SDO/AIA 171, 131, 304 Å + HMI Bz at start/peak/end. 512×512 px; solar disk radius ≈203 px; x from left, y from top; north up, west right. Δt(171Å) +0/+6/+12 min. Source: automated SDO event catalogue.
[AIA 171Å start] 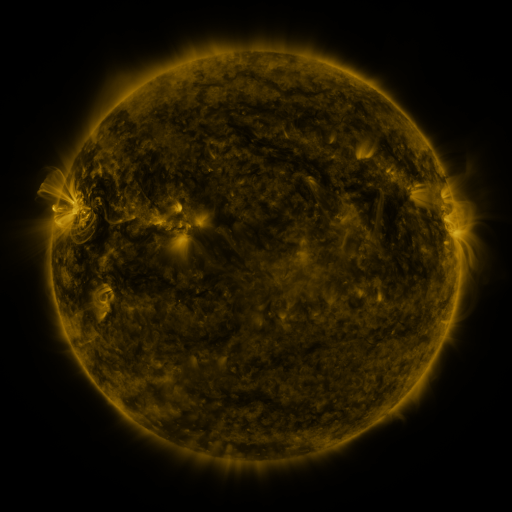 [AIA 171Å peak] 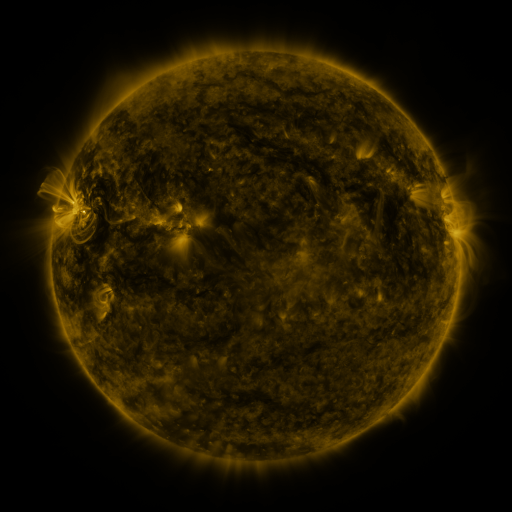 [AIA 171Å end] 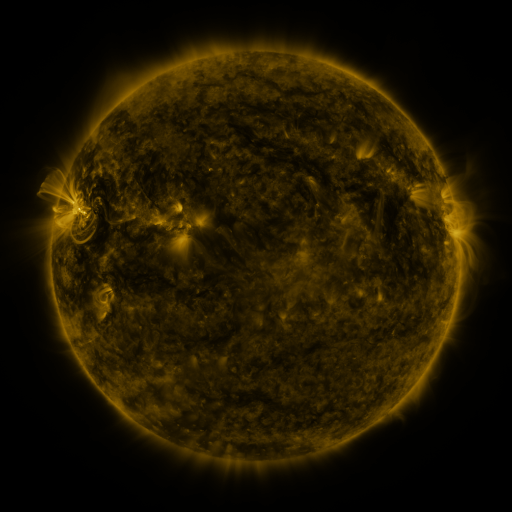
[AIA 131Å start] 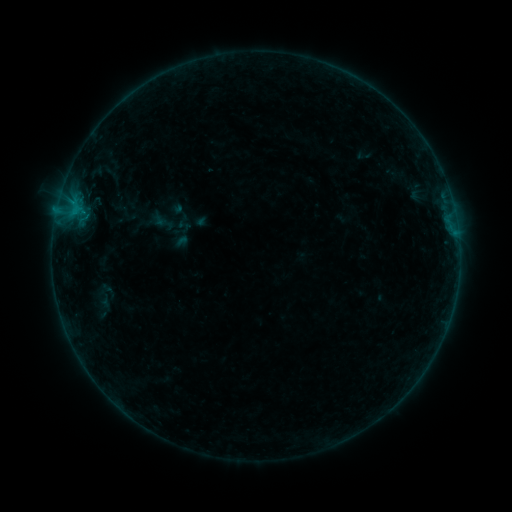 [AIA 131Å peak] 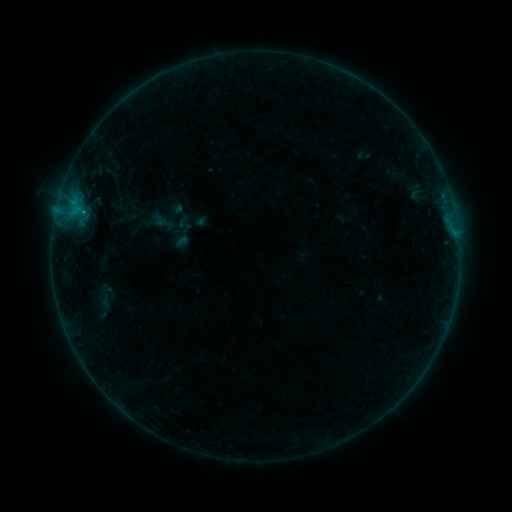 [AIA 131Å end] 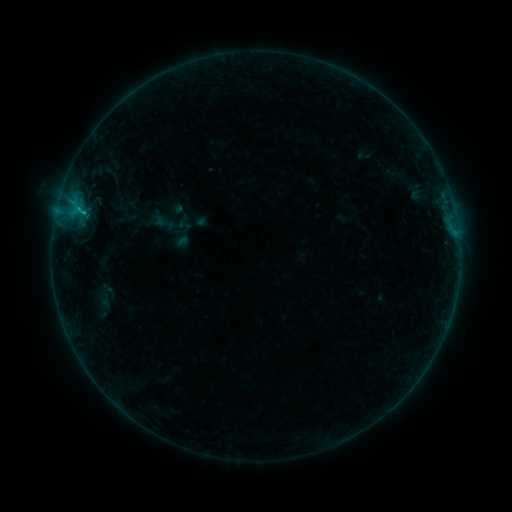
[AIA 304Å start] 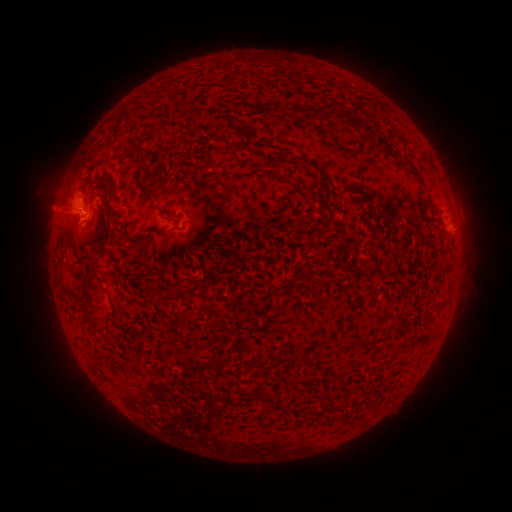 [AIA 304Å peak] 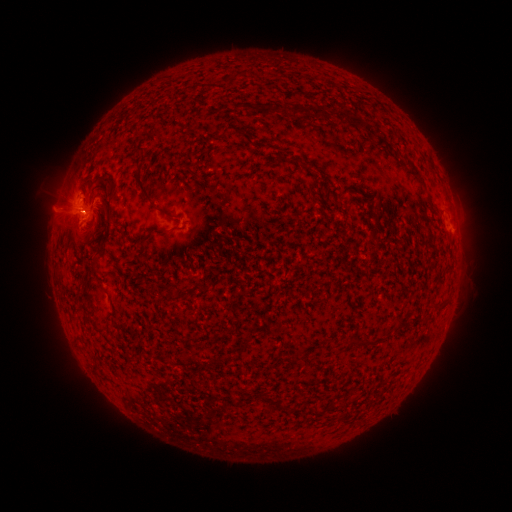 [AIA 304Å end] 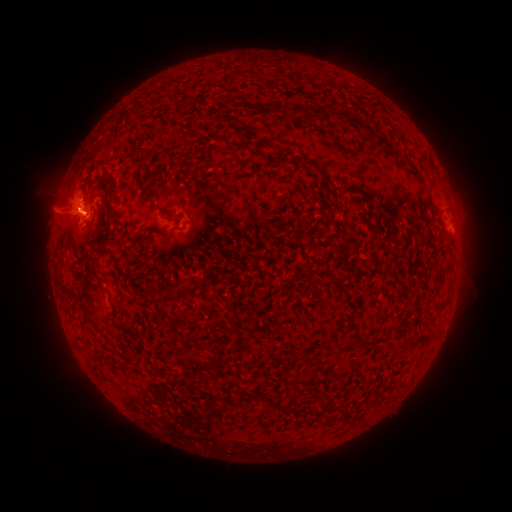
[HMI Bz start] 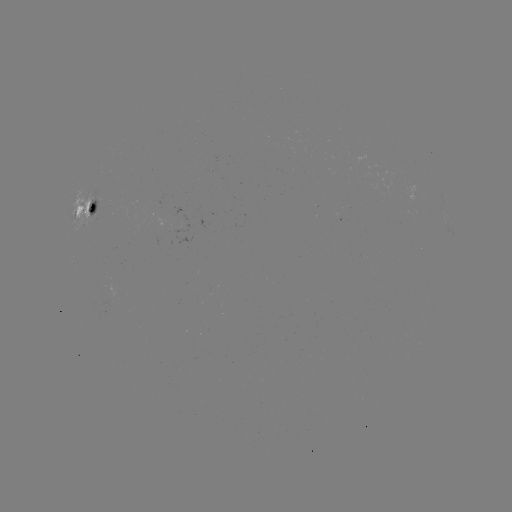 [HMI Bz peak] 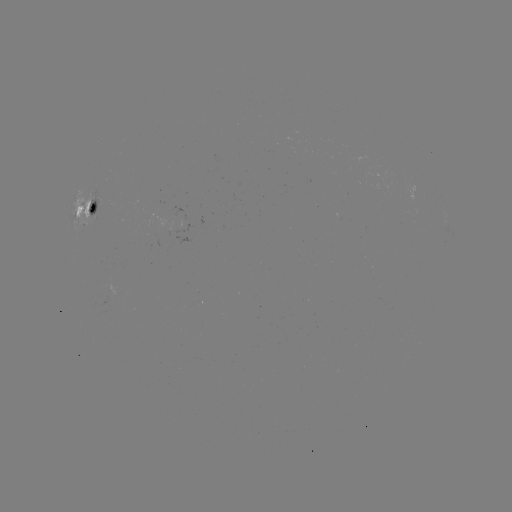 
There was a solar flare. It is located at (82, 210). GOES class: C1.5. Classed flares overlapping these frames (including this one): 1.